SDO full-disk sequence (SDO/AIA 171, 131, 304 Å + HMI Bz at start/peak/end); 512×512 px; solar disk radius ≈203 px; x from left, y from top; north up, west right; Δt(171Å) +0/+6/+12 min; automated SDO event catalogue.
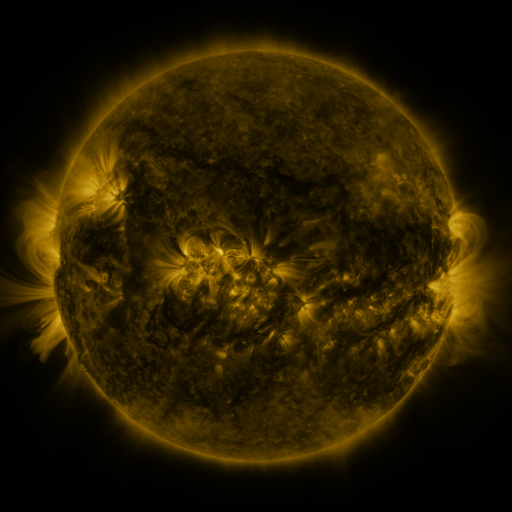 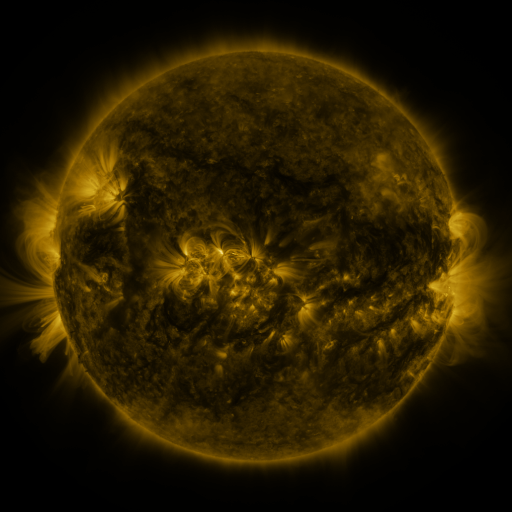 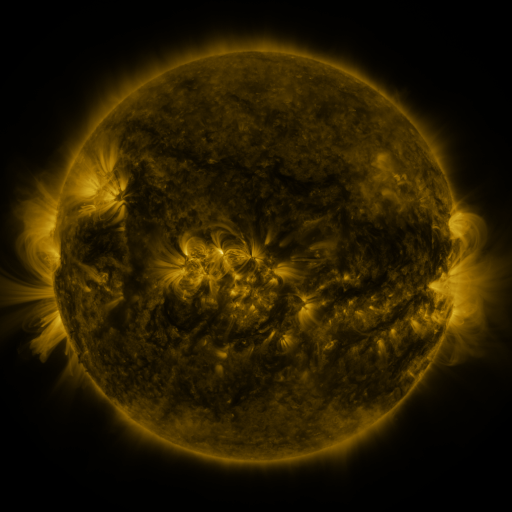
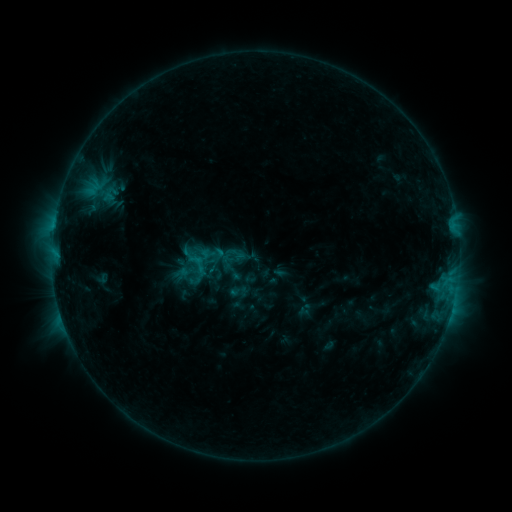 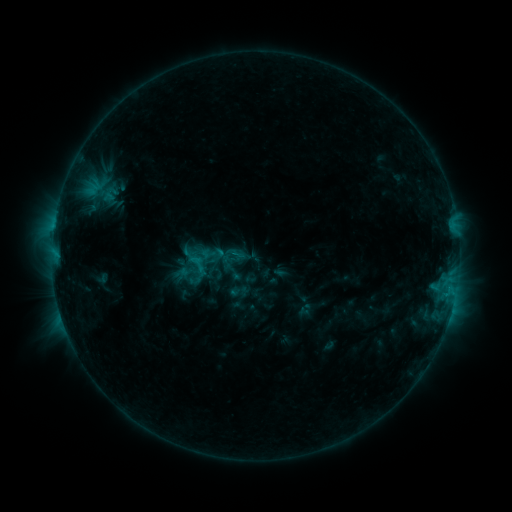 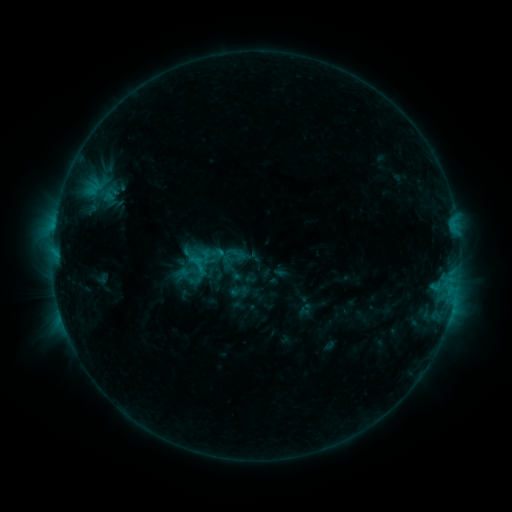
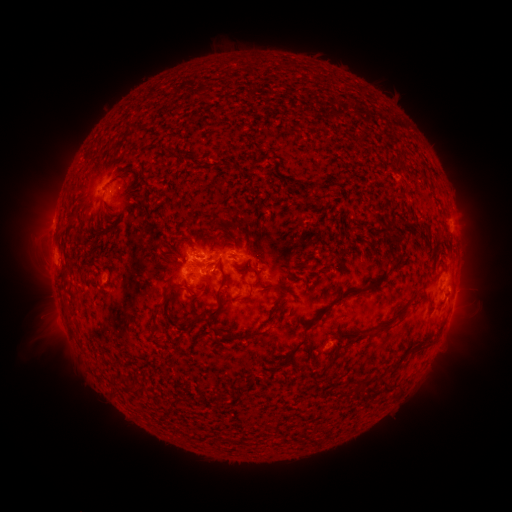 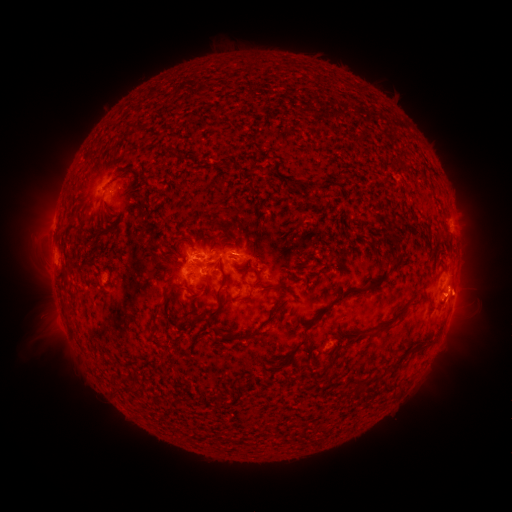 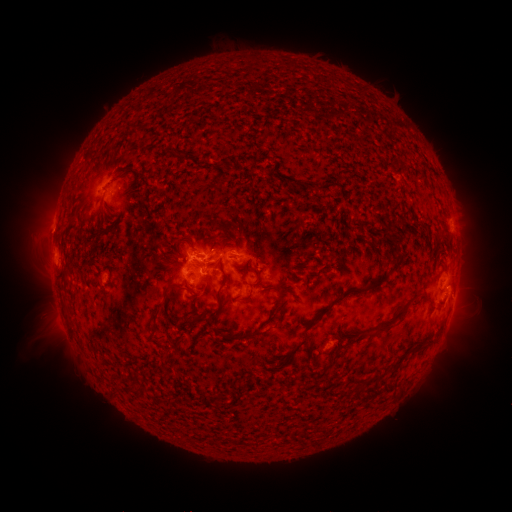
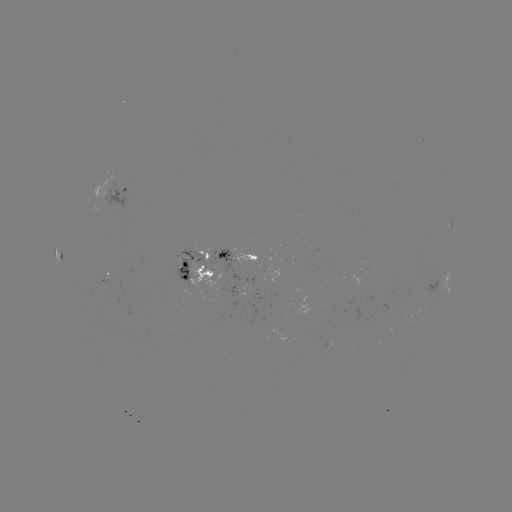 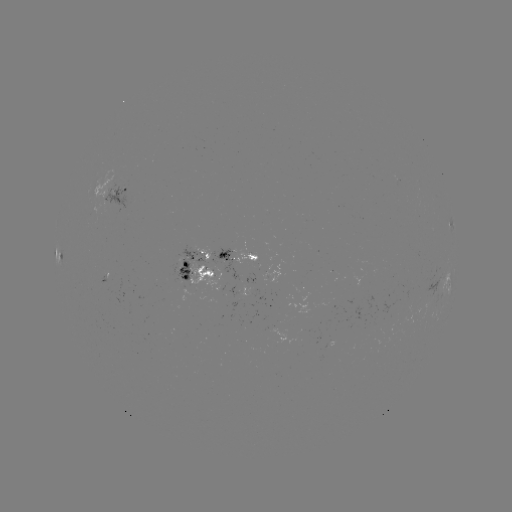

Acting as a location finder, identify eruption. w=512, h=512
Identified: (464, 294).